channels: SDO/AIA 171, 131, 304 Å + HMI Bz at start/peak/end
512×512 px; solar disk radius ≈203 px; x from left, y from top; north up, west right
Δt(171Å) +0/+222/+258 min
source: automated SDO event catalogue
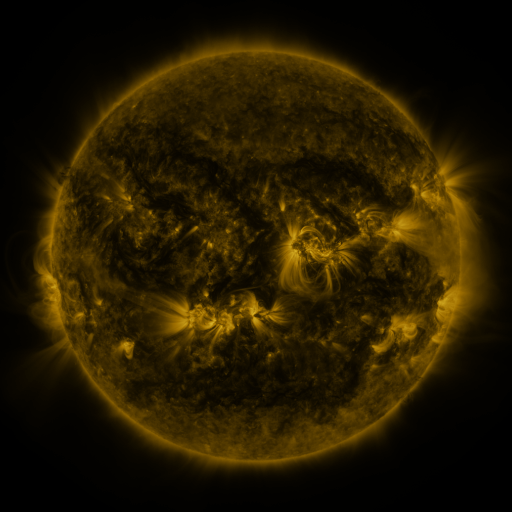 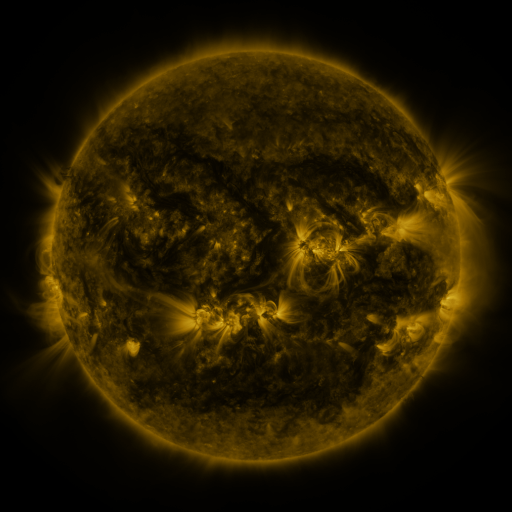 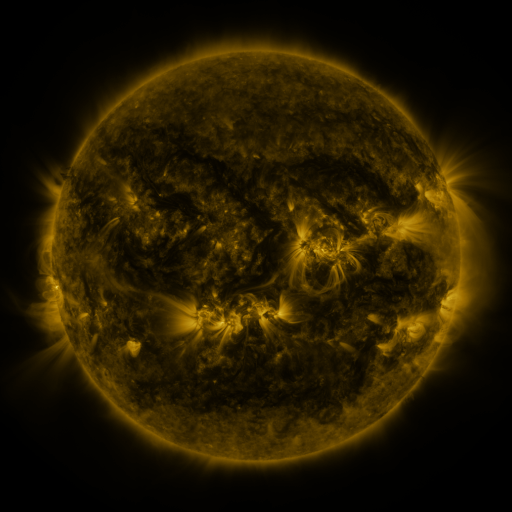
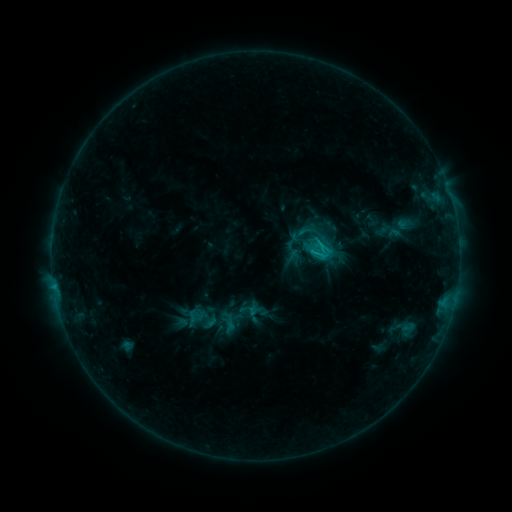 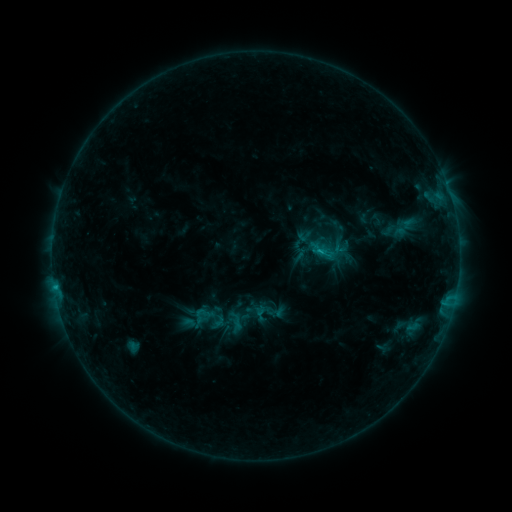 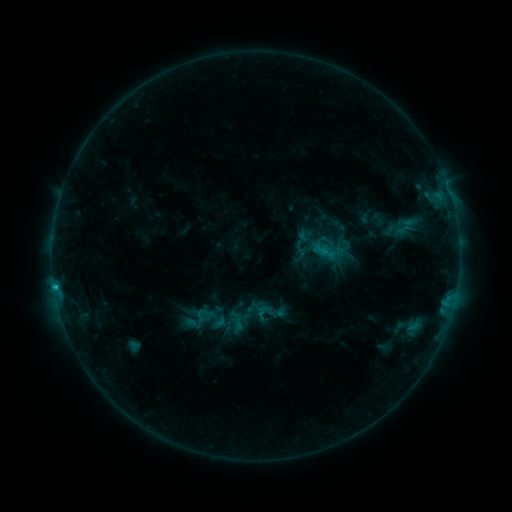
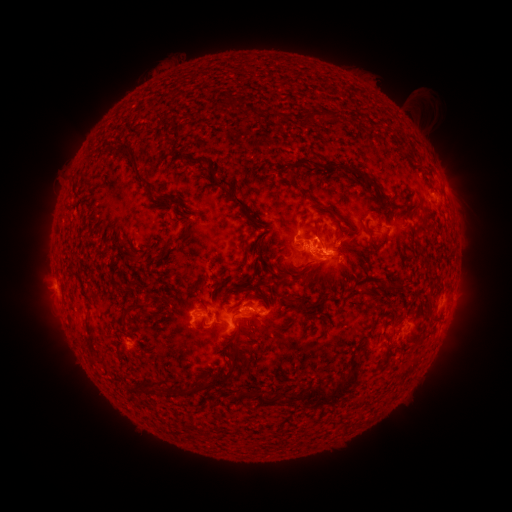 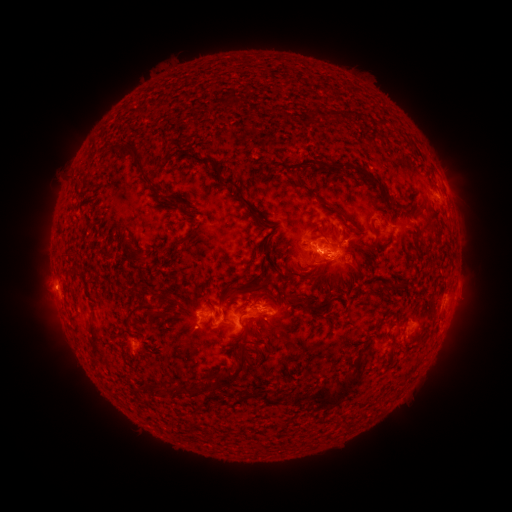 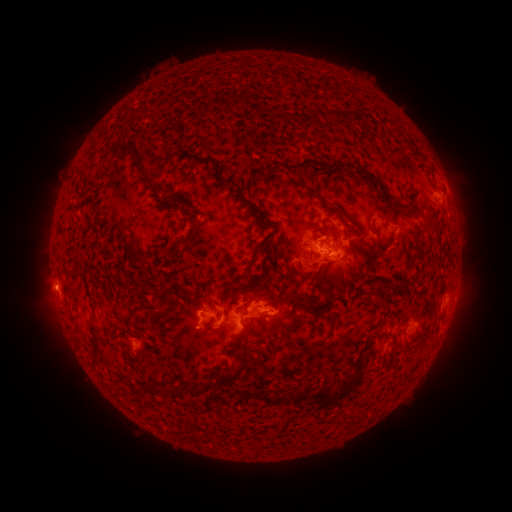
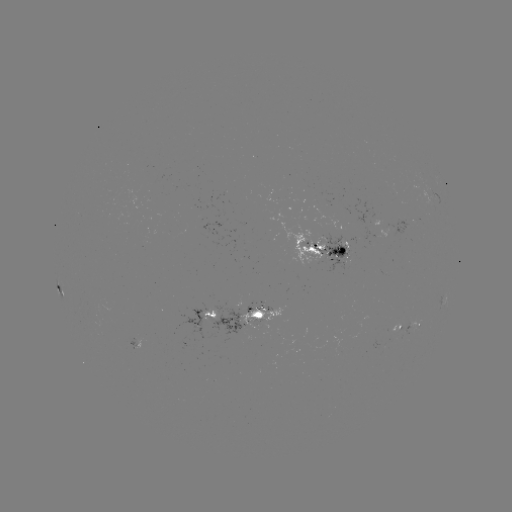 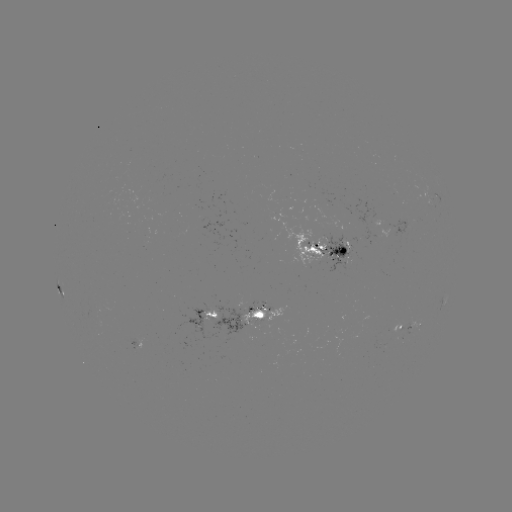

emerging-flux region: (384, 220, 415, 237)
